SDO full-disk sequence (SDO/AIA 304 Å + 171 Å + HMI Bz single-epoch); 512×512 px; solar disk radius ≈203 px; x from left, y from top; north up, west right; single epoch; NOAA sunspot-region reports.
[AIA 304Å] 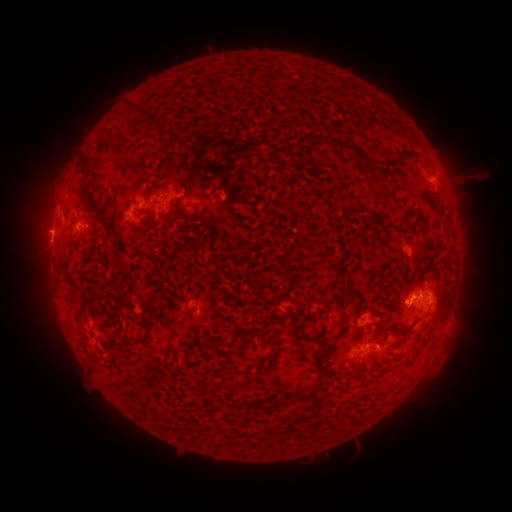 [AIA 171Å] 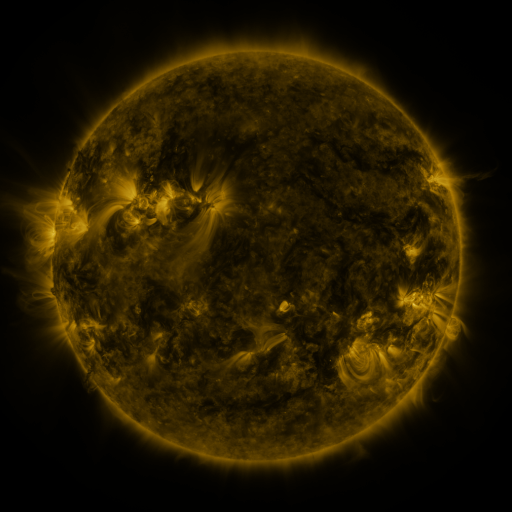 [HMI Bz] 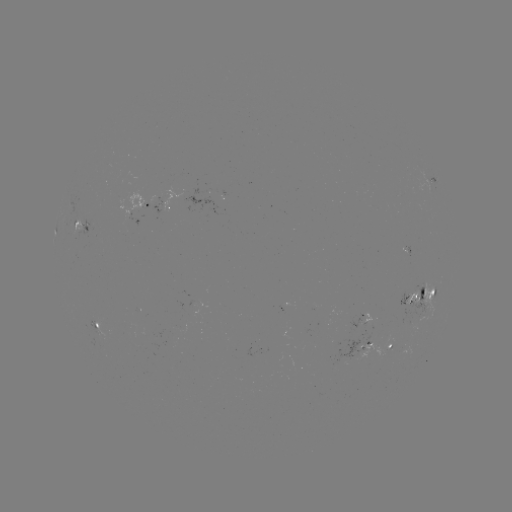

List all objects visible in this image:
spotted active region: (436, 182)
spotted active region: (167, 210)
spotted active region: (152, 213)
spotted active region: (82, 227)
spotted active region: (424, 302)
spotted active region: (369, 317)
spotted active region: (96, 326)
spotted active region: (369, 347)
spotted active region: (388, 348)
